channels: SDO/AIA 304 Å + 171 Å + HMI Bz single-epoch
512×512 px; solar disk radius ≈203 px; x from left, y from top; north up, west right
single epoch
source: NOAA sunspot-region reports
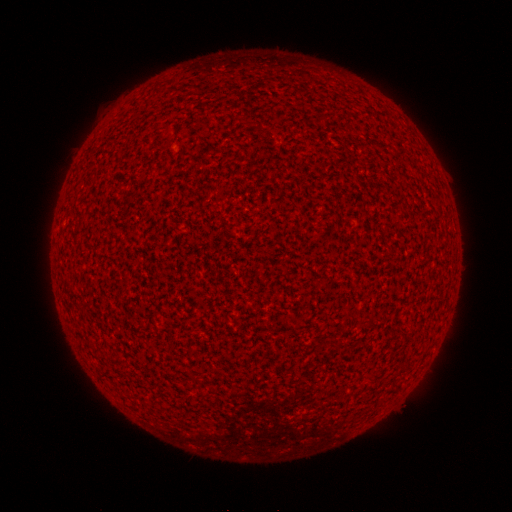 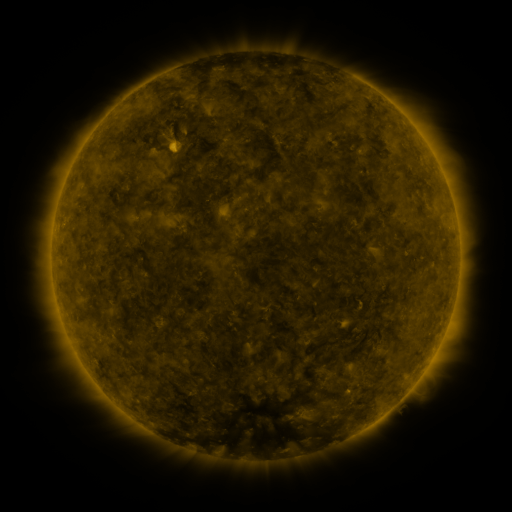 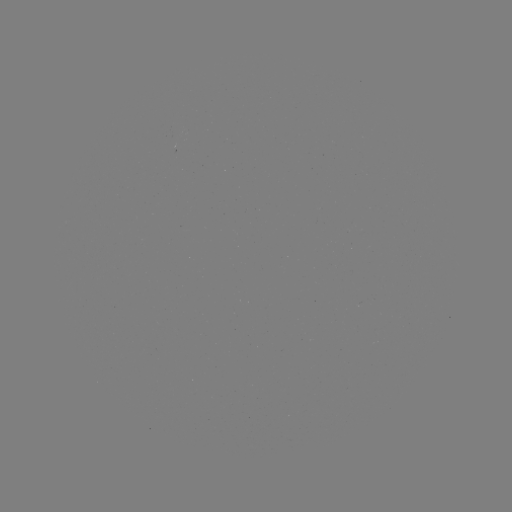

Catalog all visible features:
(none)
